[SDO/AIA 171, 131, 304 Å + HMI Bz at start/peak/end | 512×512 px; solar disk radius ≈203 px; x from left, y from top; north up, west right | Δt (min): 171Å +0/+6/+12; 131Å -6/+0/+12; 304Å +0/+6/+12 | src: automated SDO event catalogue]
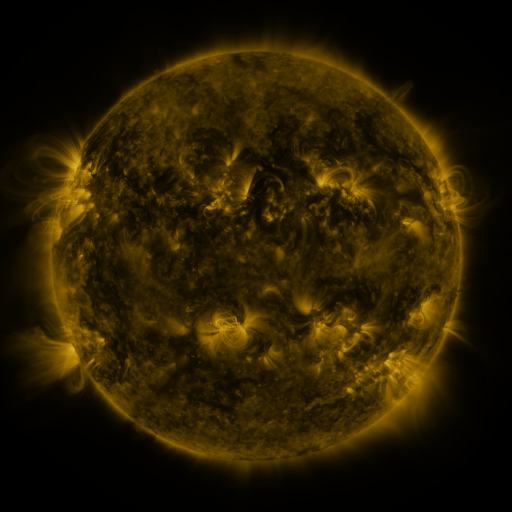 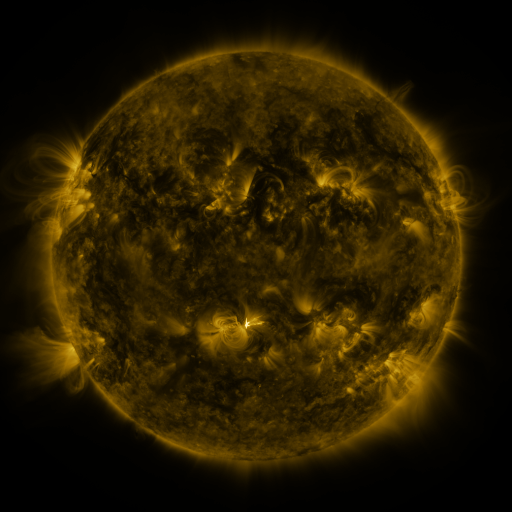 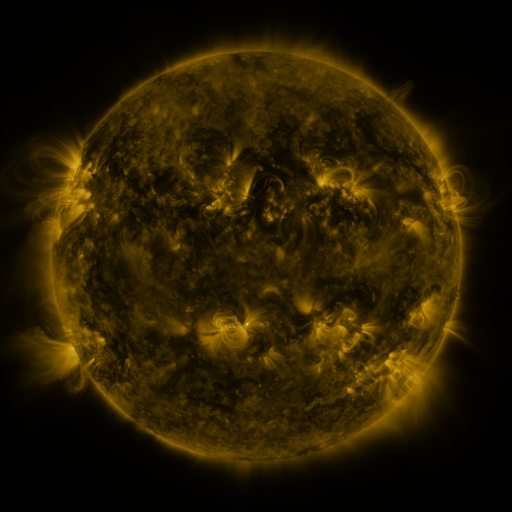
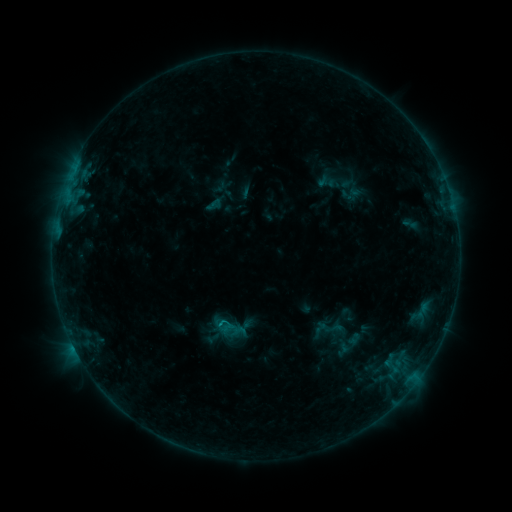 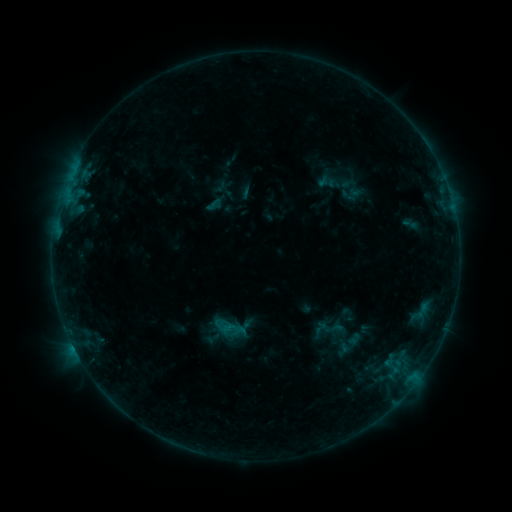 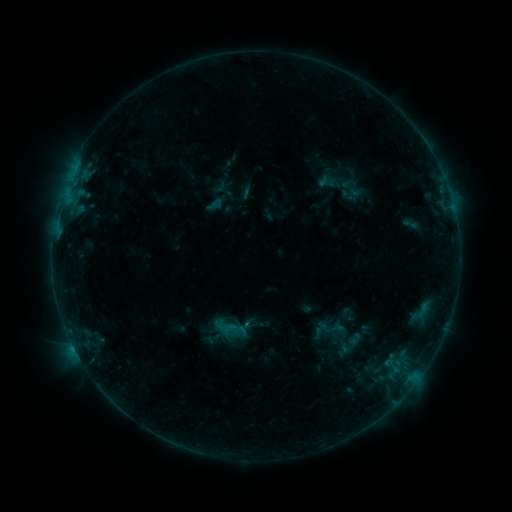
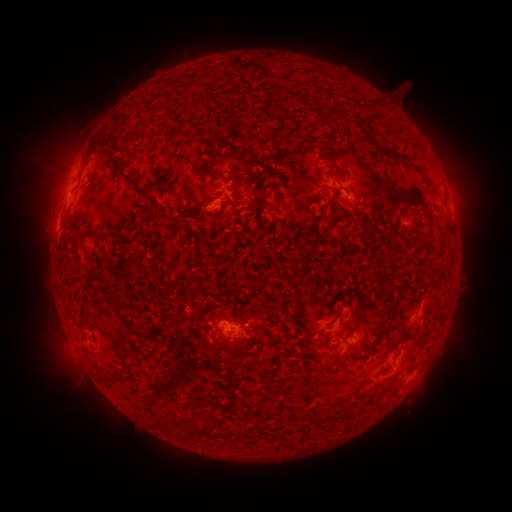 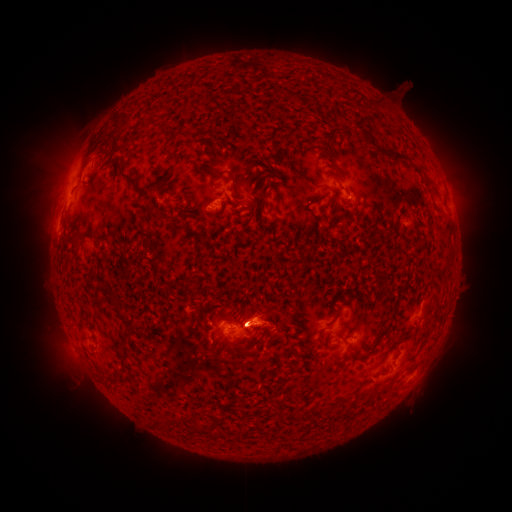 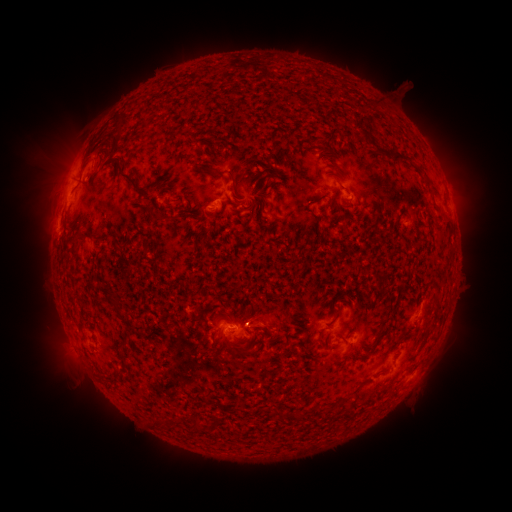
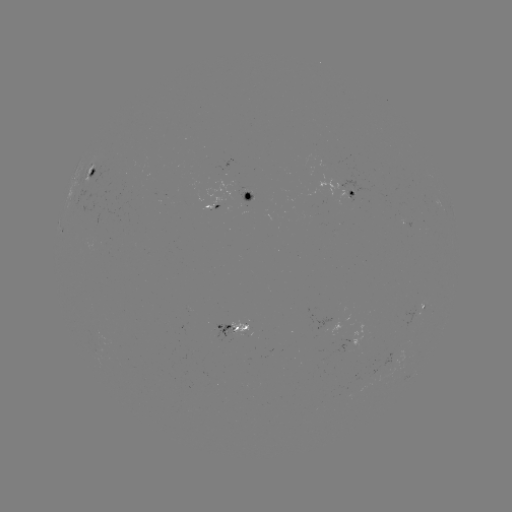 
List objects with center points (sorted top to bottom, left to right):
eruption: (56, 174)
